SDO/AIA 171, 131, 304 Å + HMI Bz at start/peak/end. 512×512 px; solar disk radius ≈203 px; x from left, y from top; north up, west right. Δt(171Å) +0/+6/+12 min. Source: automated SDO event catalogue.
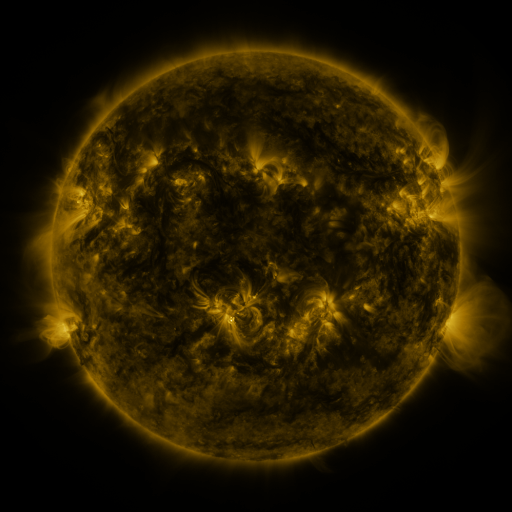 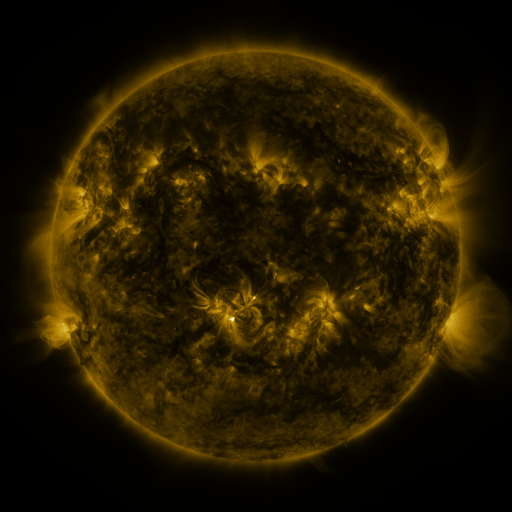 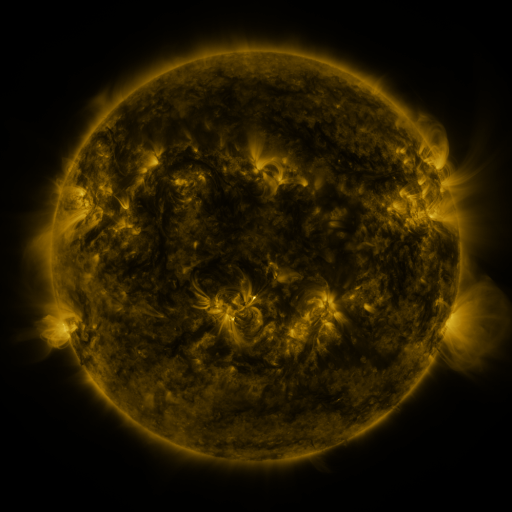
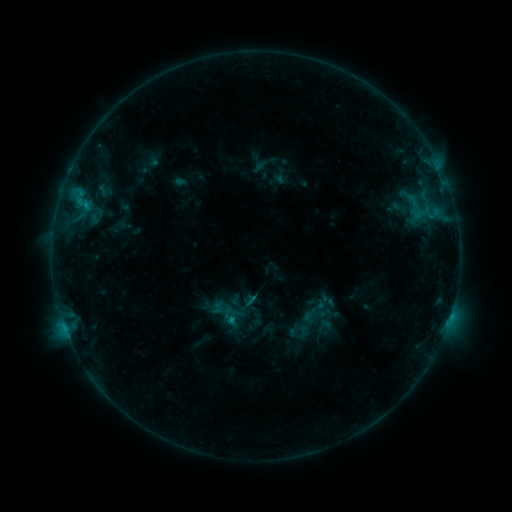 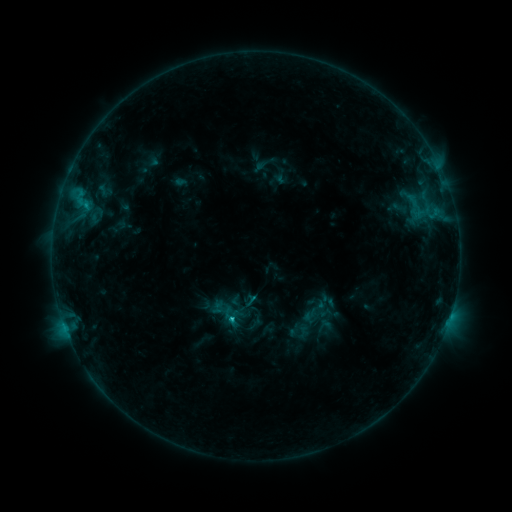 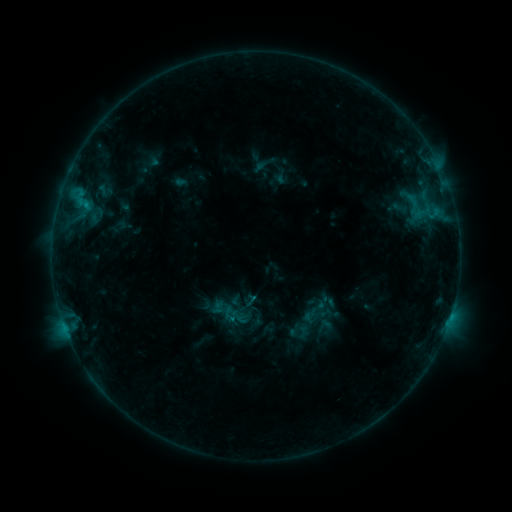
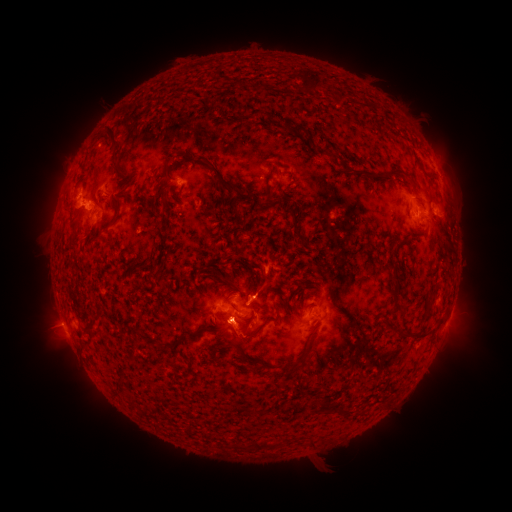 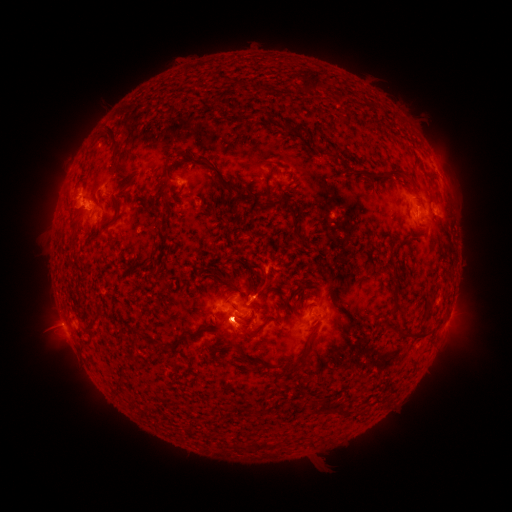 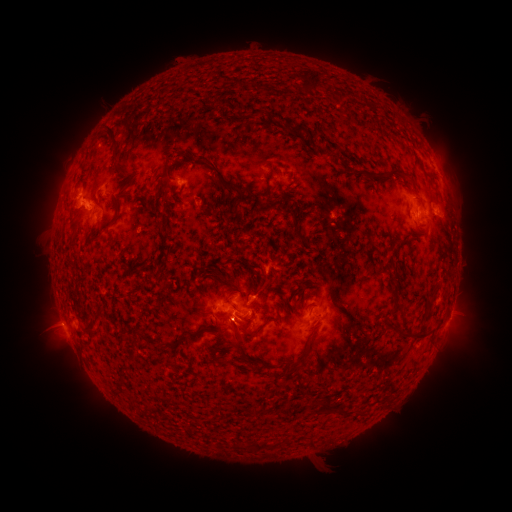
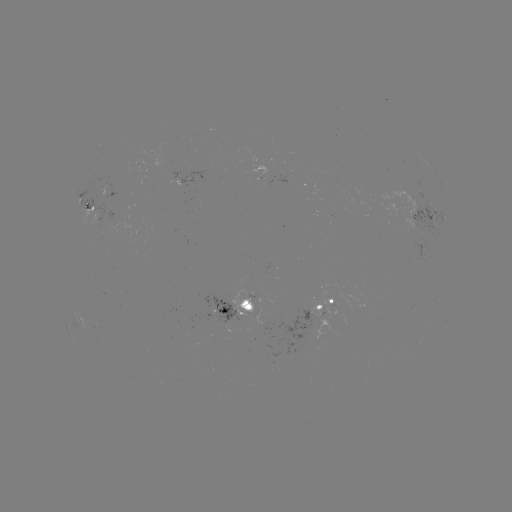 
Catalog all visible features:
C1.3 flare: (232, 316)
